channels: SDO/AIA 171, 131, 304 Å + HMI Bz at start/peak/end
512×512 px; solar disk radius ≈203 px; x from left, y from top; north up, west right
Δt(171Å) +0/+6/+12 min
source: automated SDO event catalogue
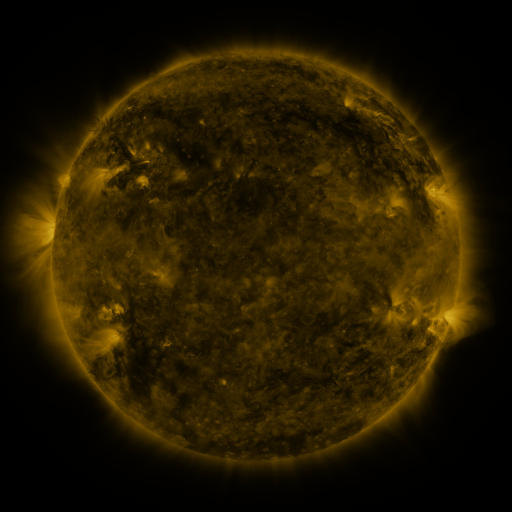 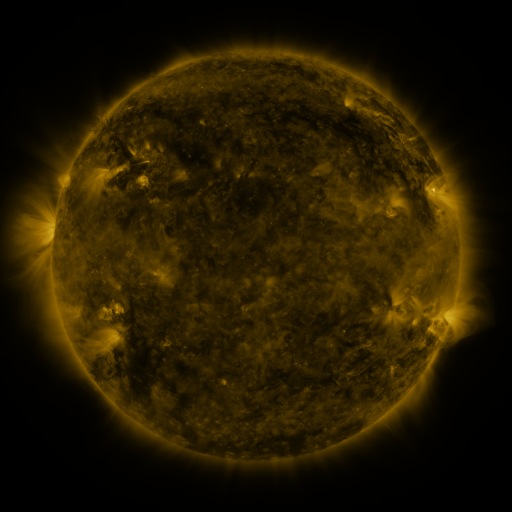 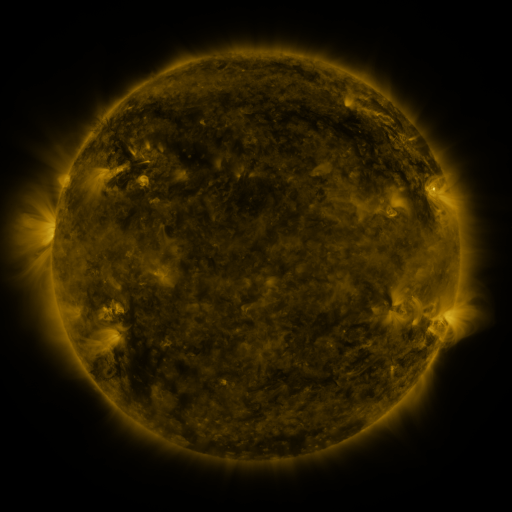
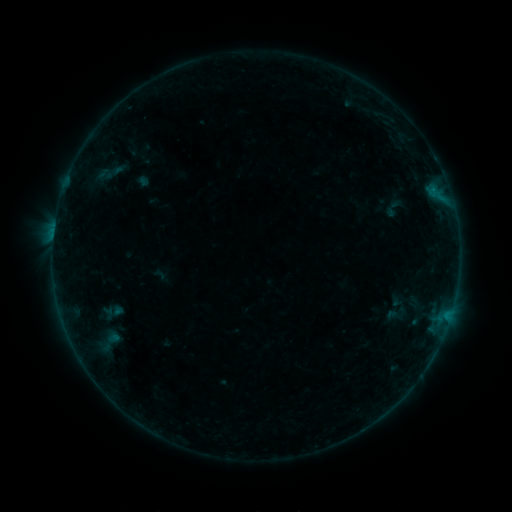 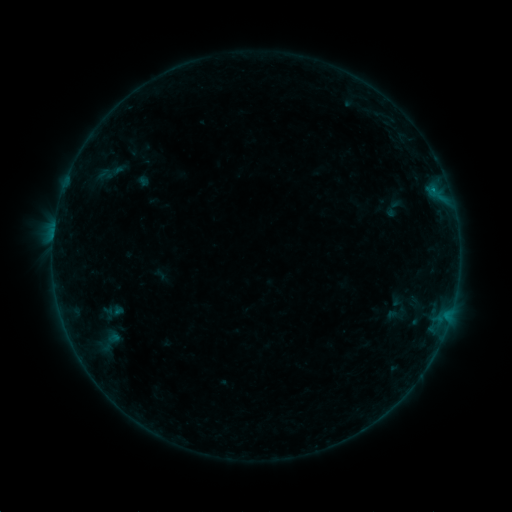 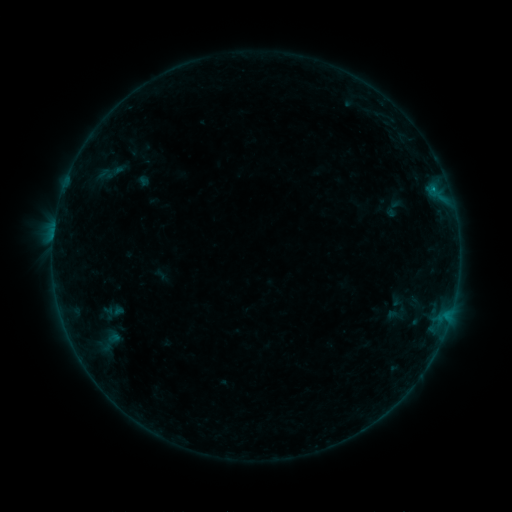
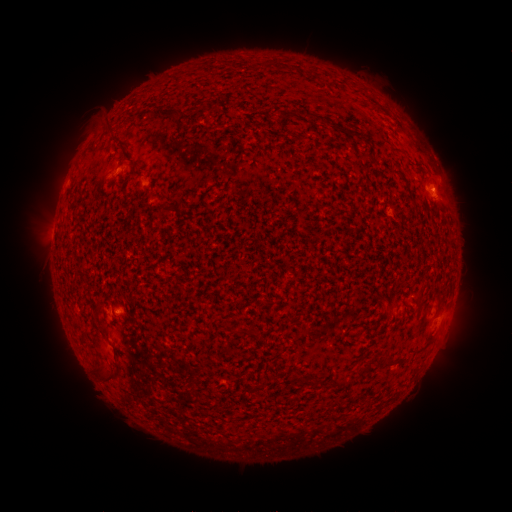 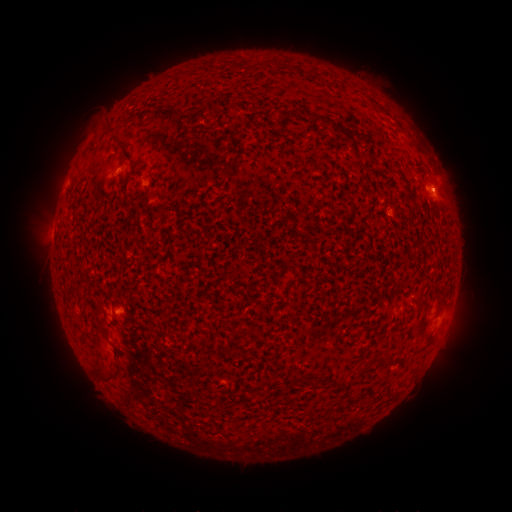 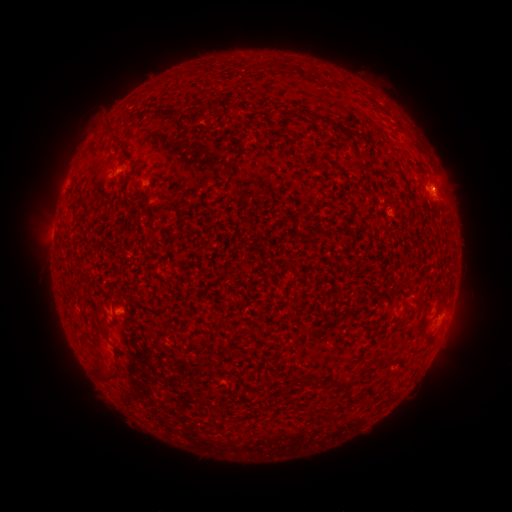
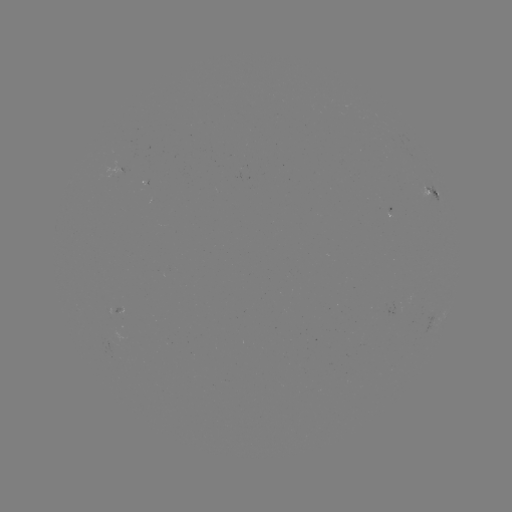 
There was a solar flare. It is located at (431, 190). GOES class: B2.4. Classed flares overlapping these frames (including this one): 1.